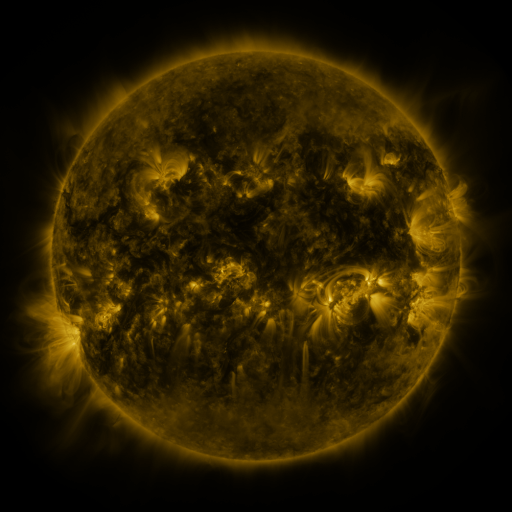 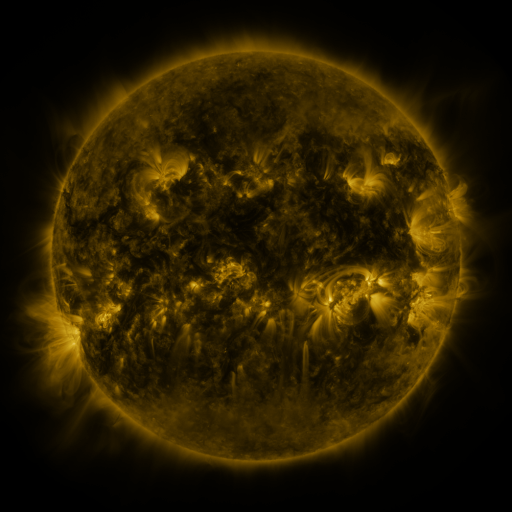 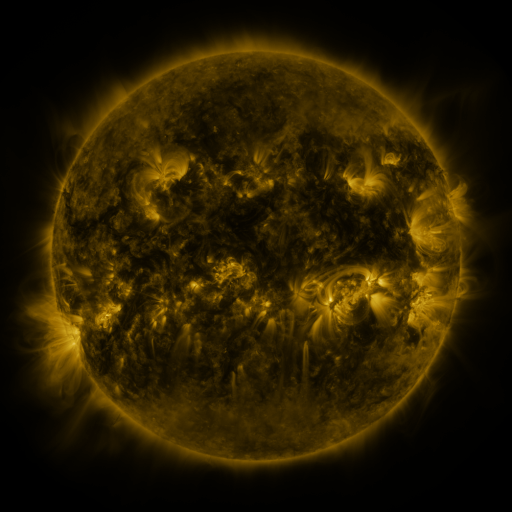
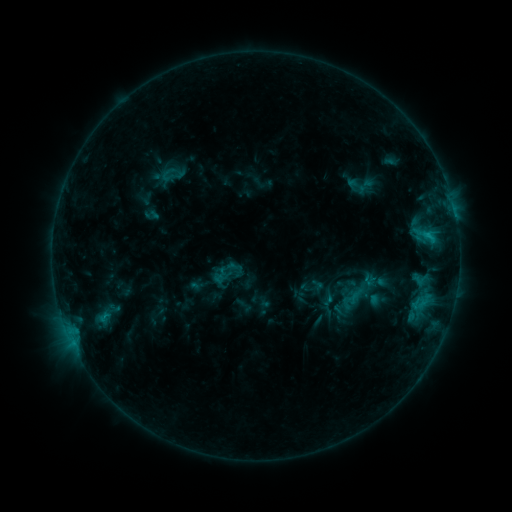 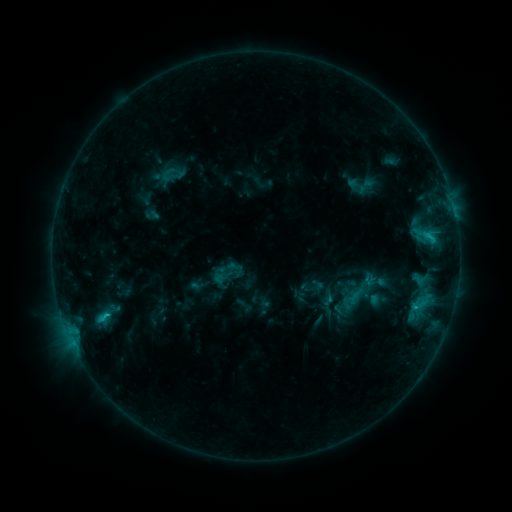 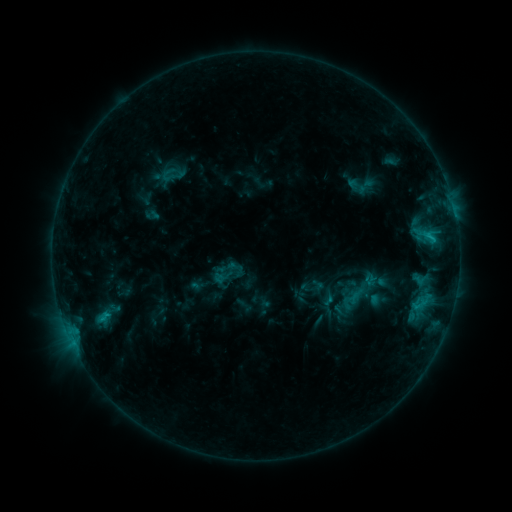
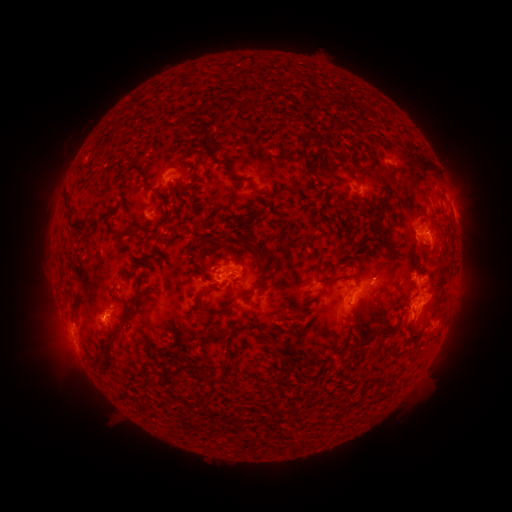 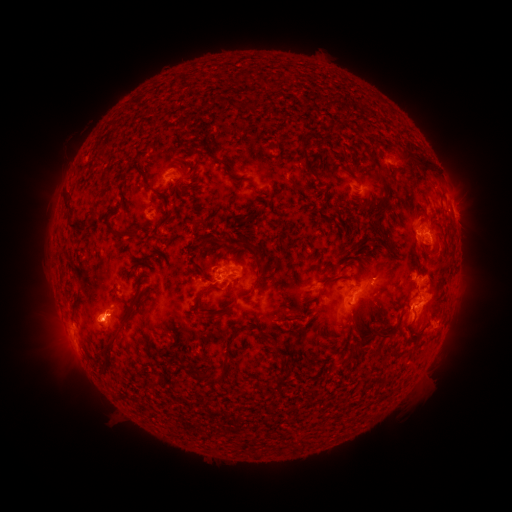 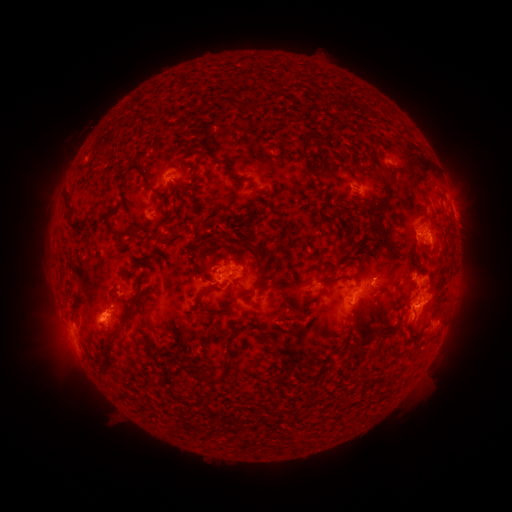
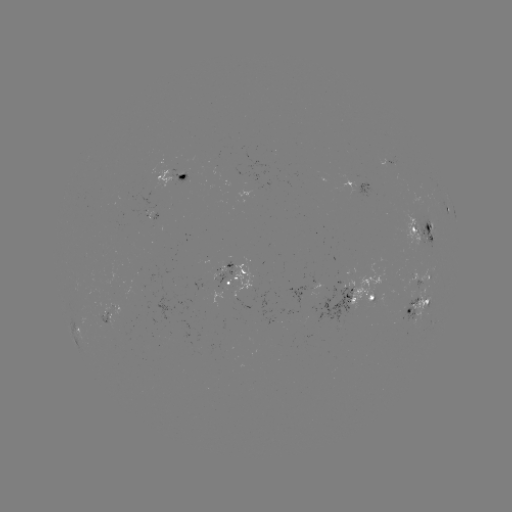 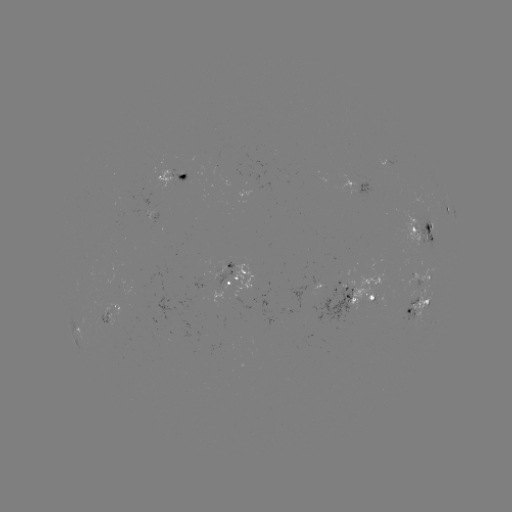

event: flare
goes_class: C1.9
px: (105, 314)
